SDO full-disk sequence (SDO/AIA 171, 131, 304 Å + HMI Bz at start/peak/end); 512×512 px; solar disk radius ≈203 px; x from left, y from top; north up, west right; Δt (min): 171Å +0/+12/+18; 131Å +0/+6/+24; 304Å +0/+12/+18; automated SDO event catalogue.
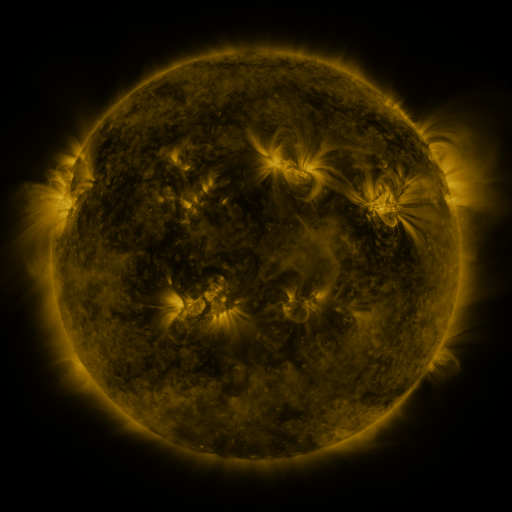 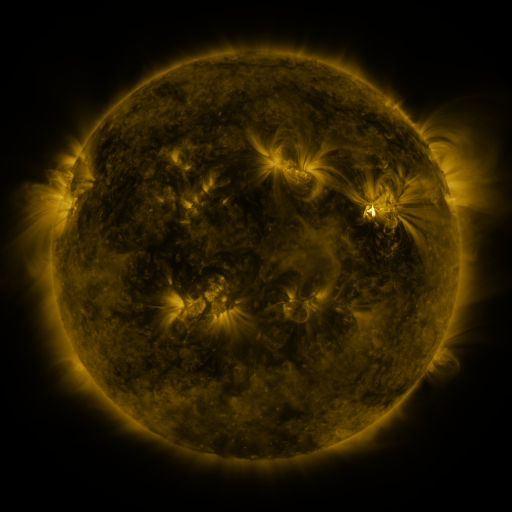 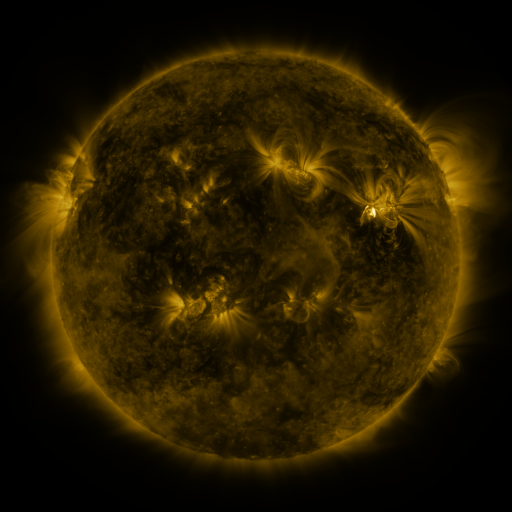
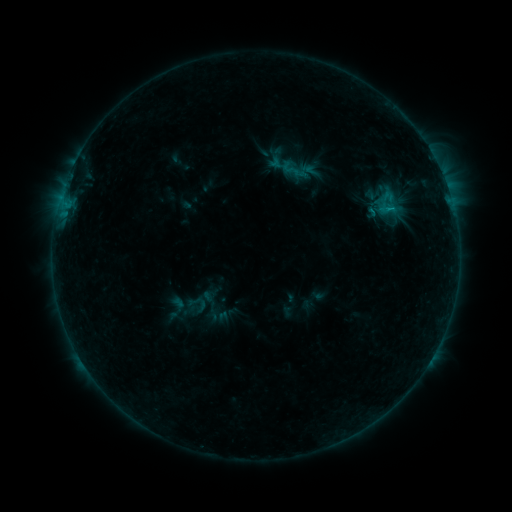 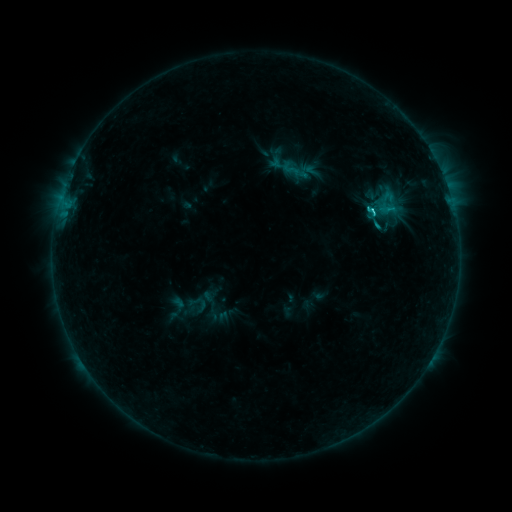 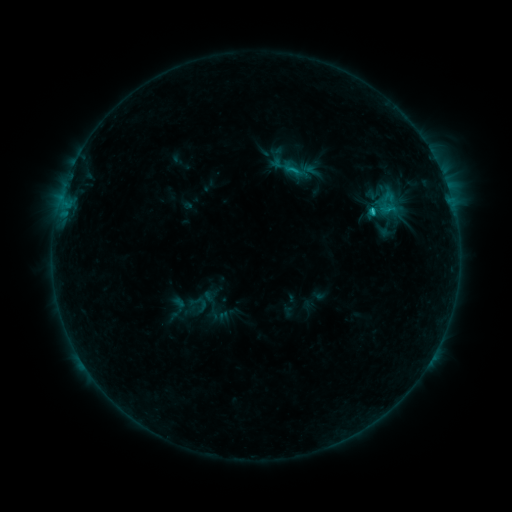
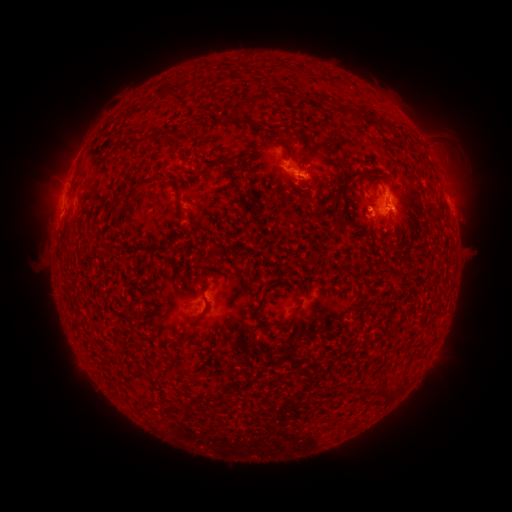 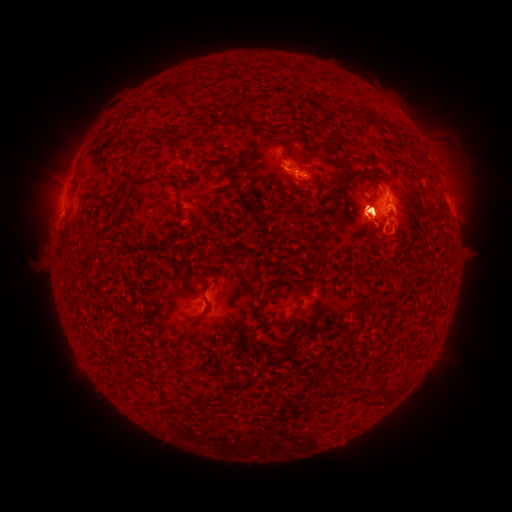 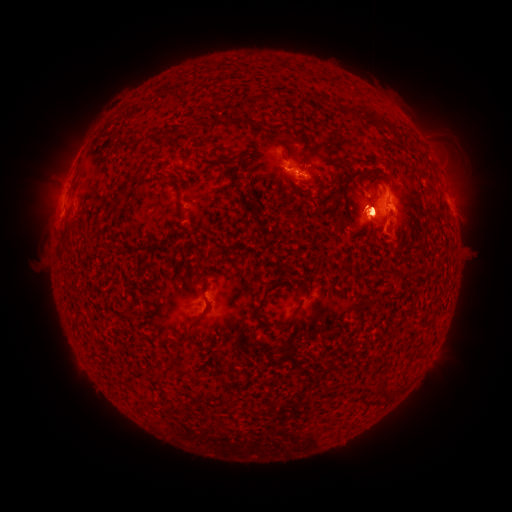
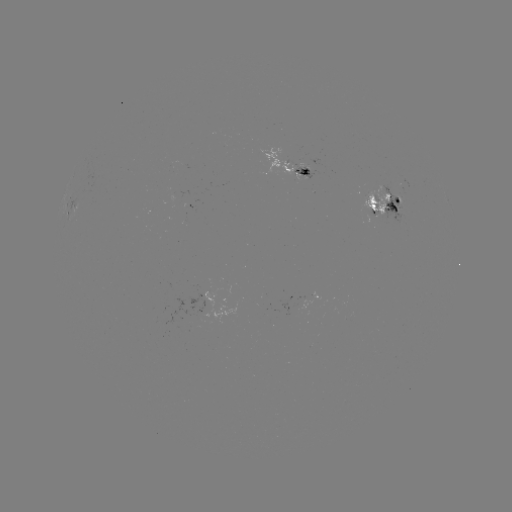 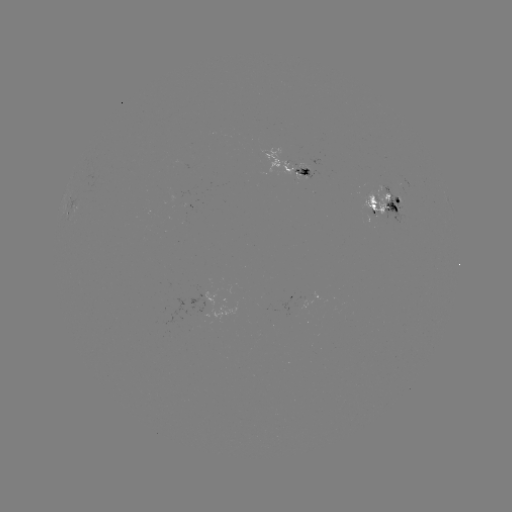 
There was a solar flare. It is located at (372, 210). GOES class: M1.3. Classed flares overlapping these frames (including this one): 1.